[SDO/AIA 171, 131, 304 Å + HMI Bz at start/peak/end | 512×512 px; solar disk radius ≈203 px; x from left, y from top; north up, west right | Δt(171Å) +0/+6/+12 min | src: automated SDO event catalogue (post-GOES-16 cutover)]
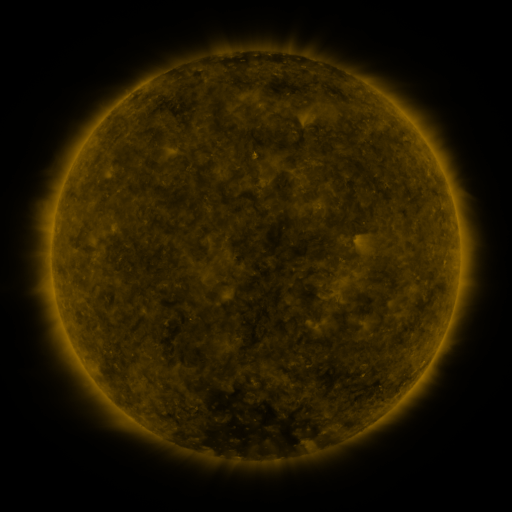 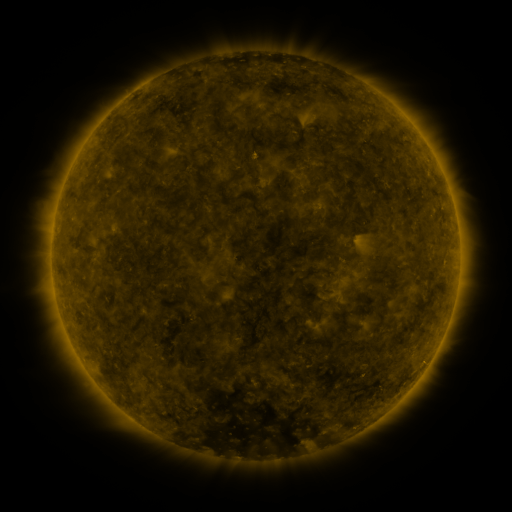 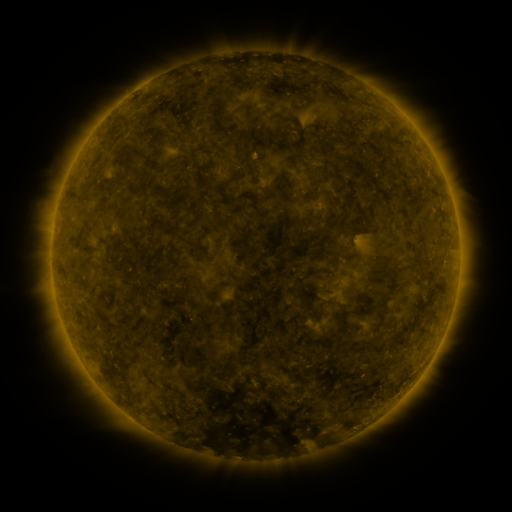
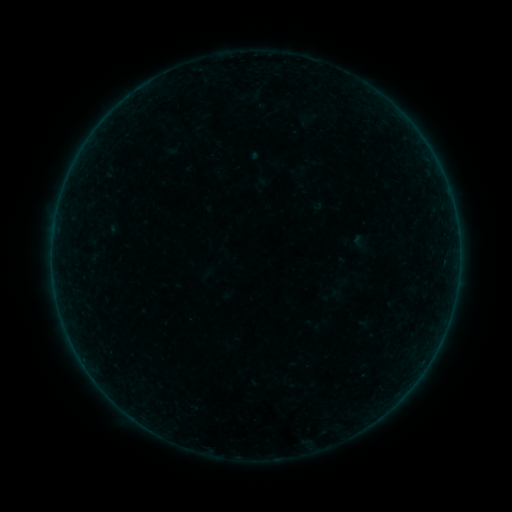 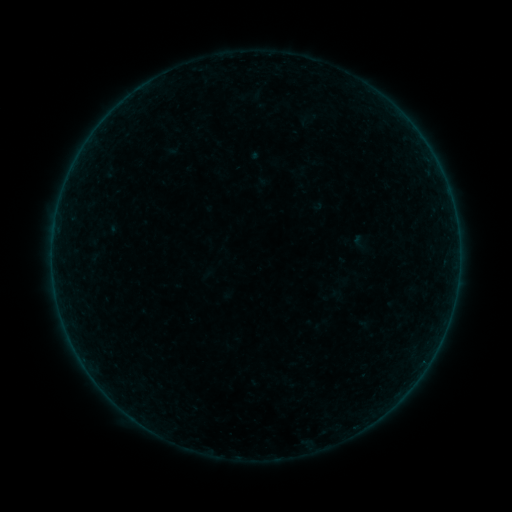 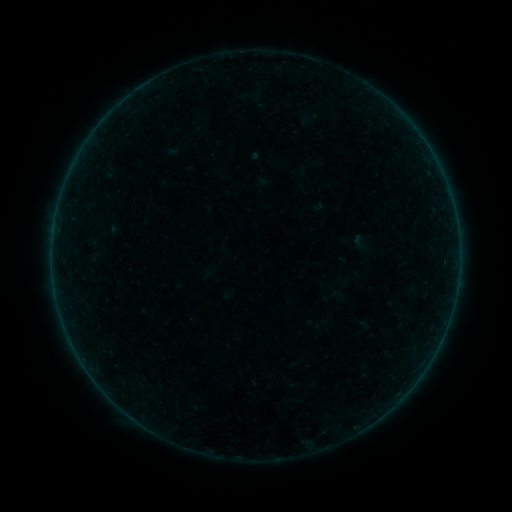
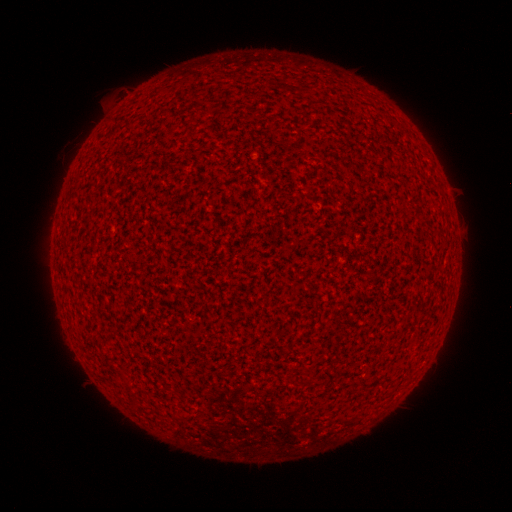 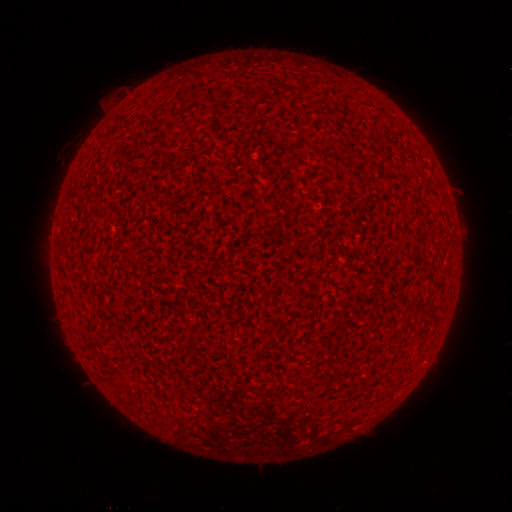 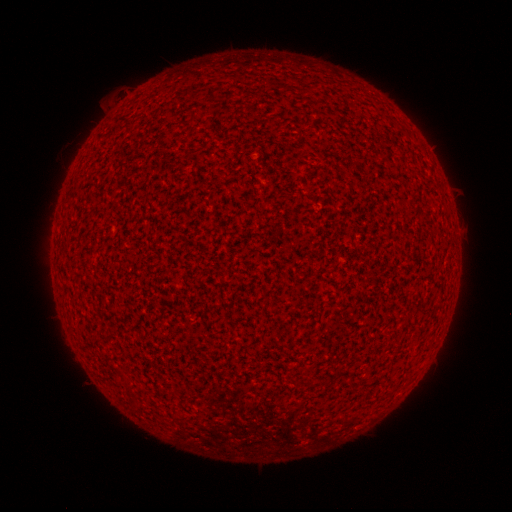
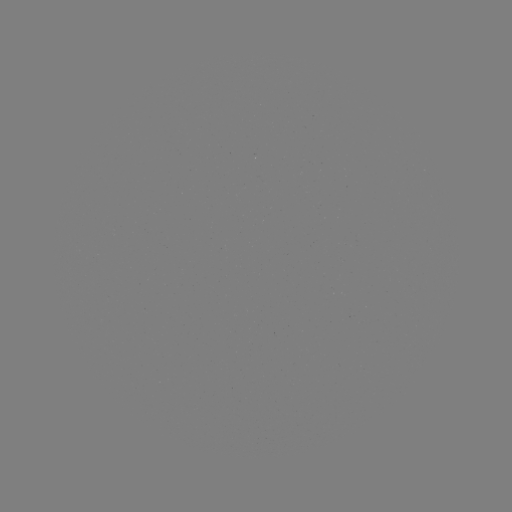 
no catalogued flare and no flagged EUV brightening in this window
